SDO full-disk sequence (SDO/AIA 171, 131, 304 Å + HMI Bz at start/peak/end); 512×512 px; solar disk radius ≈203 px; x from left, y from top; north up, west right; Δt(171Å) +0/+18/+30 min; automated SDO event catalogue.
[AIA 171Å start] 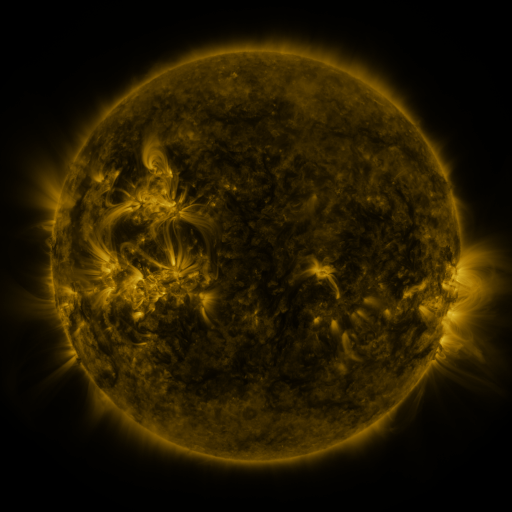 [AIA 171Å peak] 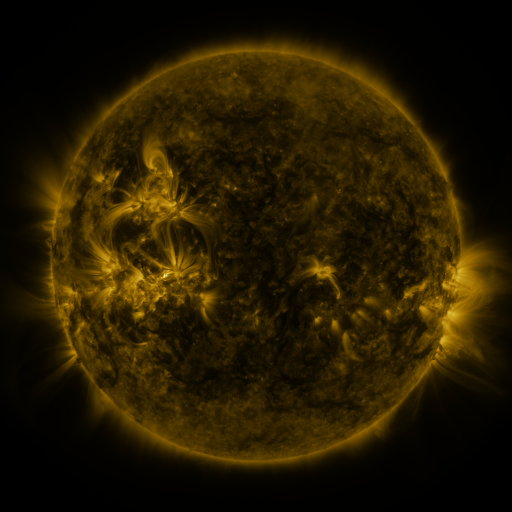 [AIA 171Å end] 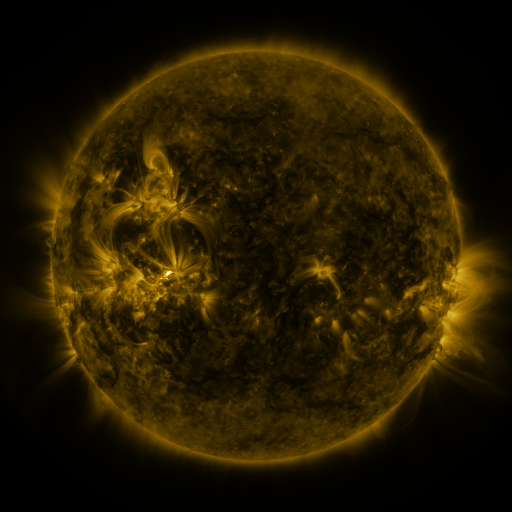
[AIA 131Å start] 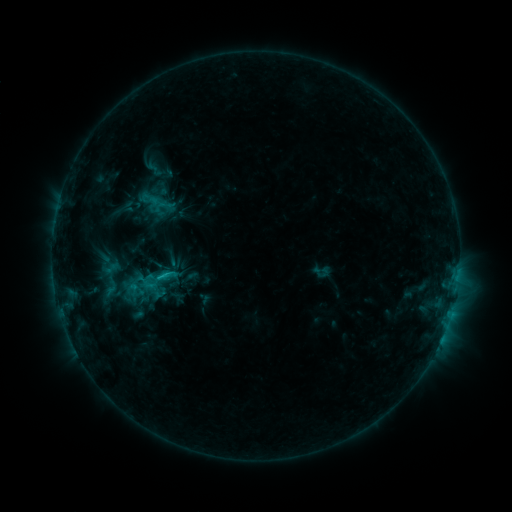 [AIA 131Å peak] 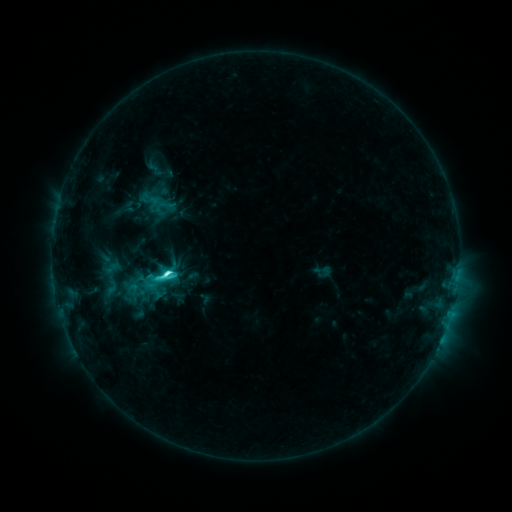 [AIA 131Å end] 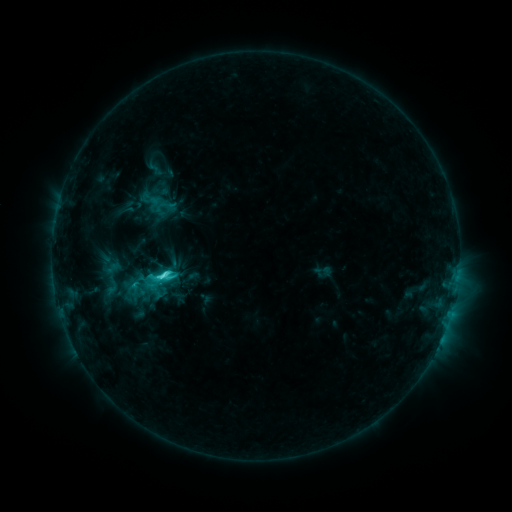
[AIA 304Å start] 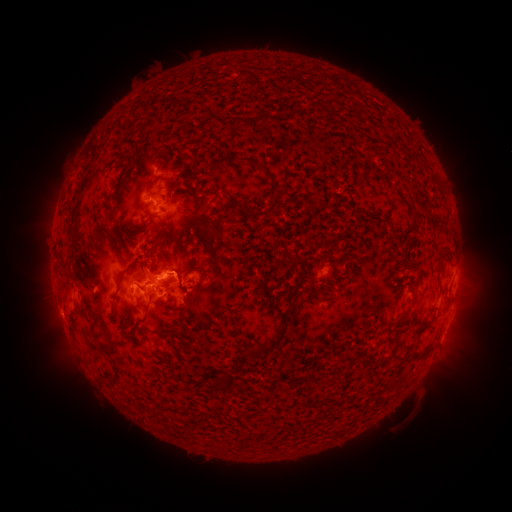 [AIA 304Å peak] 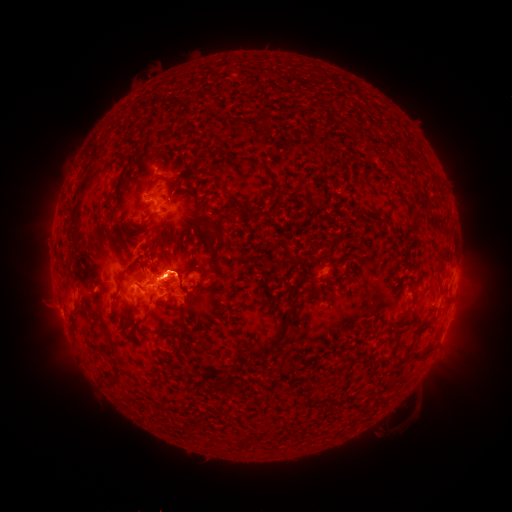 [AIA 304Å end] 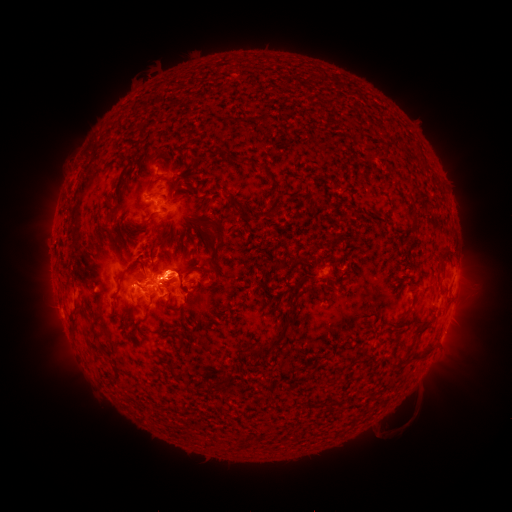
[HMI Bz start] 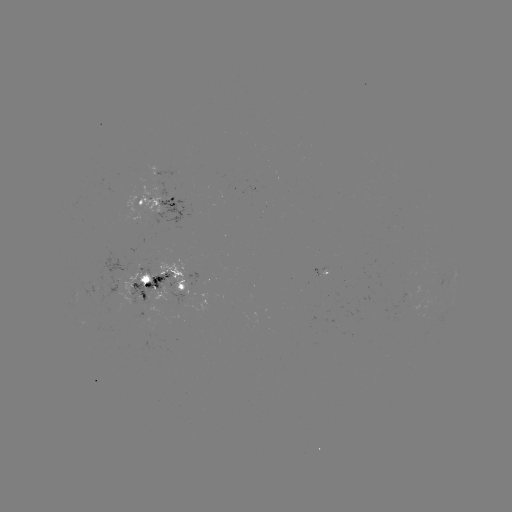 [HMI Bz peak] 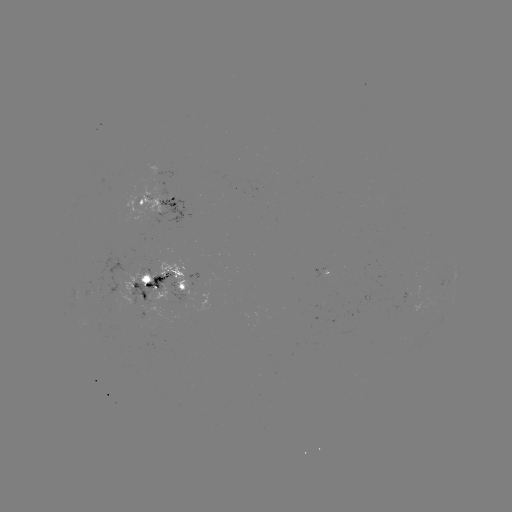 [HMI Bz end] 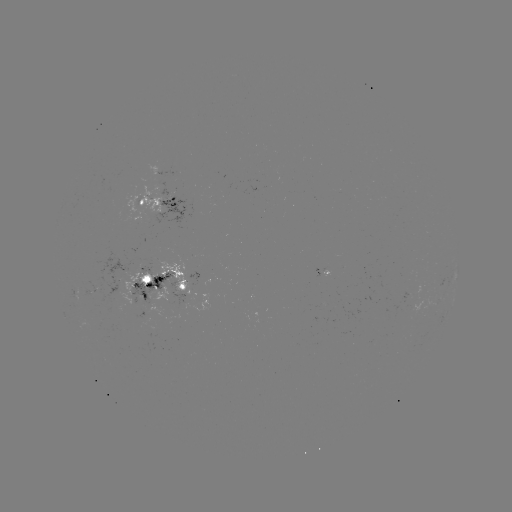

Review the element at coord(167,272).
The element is C6.3 flare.